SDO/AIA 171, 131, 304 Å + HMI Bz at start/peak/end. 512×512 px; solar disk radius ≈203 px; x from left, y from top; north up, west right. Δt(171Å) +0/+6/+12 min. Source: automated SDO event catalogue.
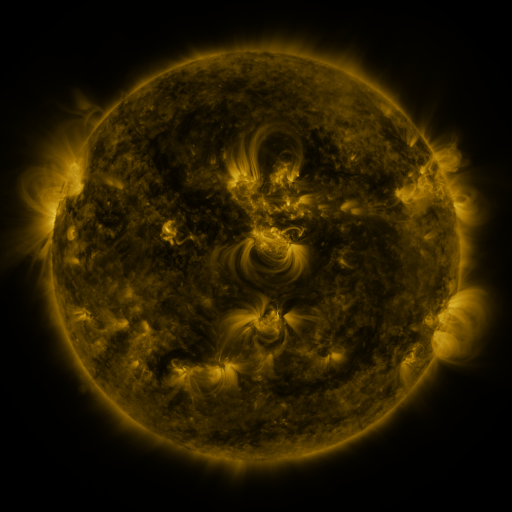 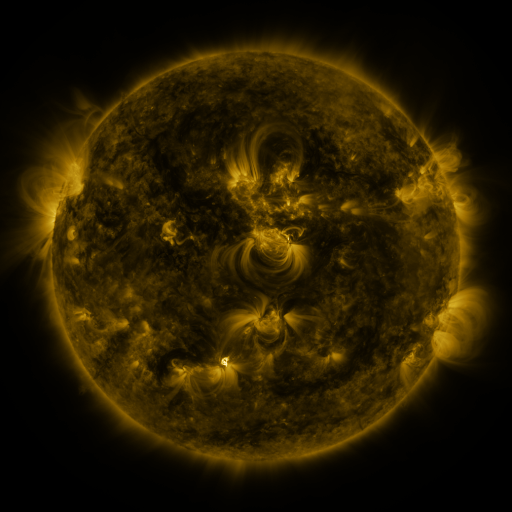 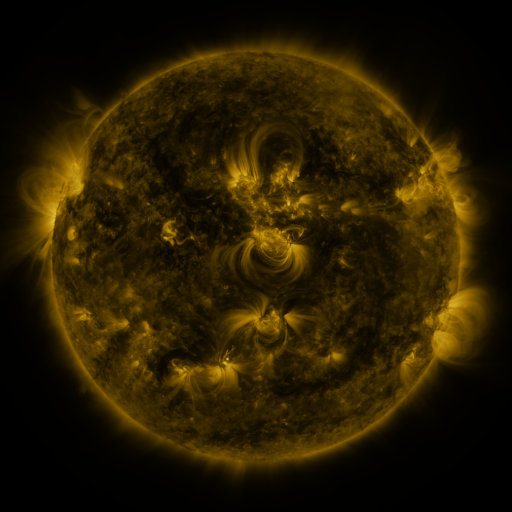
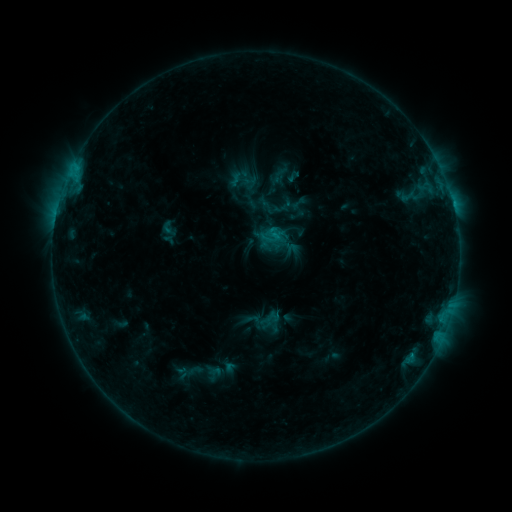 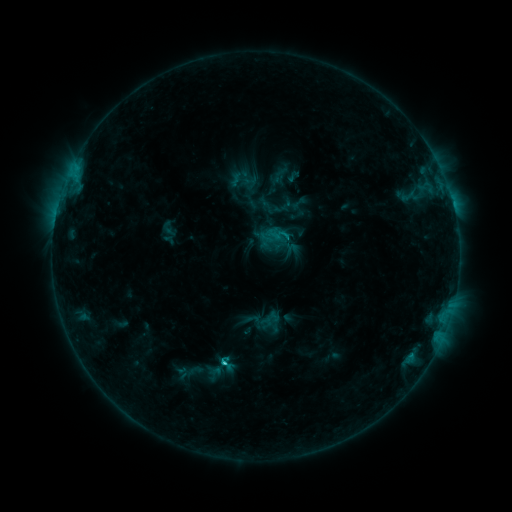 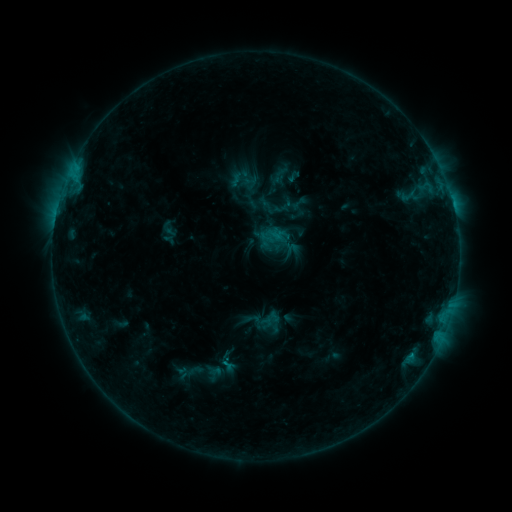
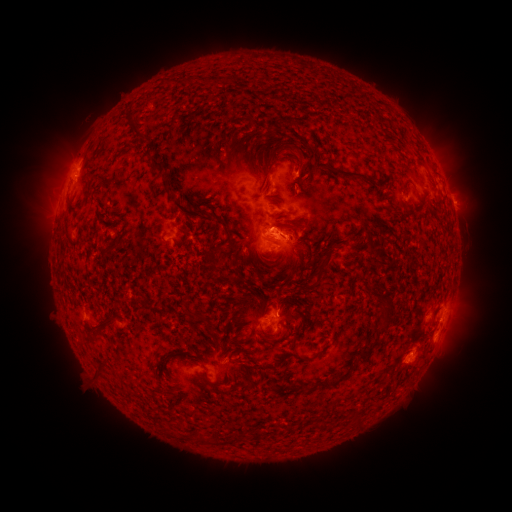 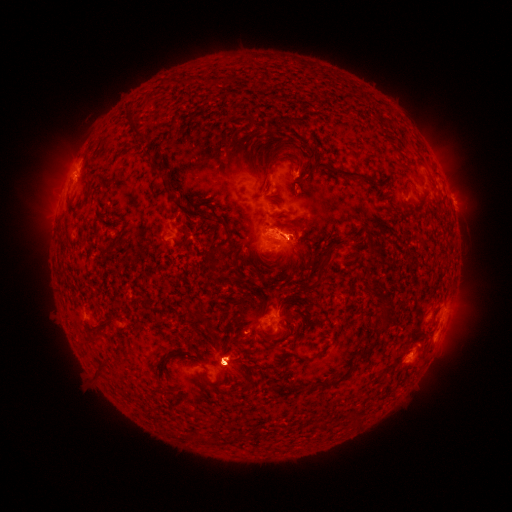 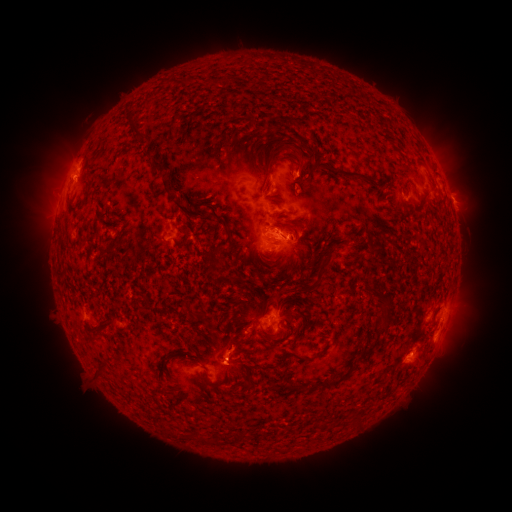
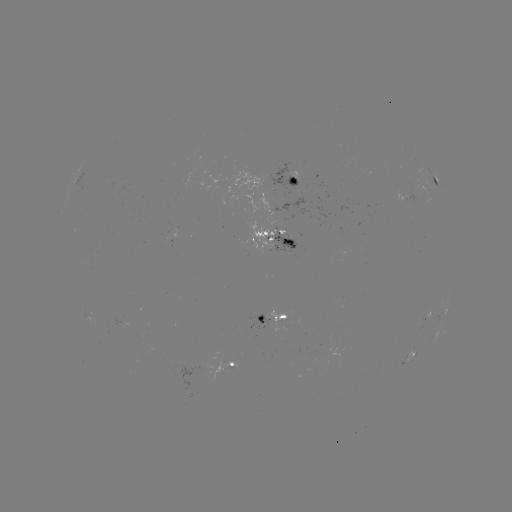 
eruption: [20, 93, 129, 239]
